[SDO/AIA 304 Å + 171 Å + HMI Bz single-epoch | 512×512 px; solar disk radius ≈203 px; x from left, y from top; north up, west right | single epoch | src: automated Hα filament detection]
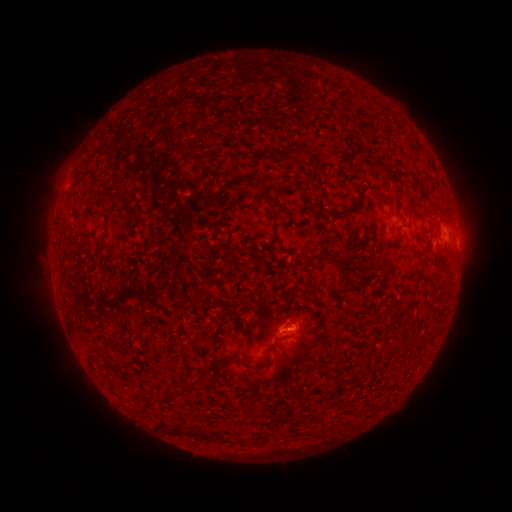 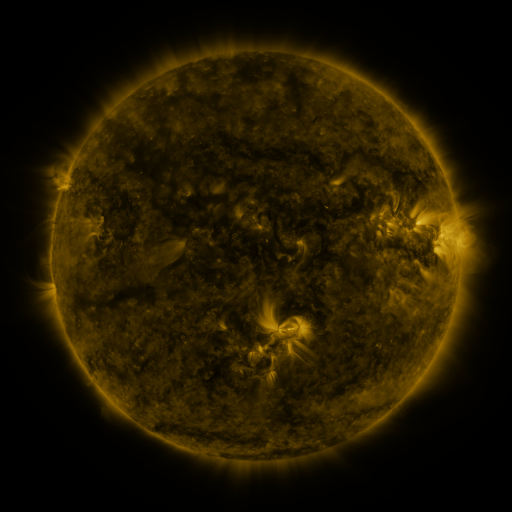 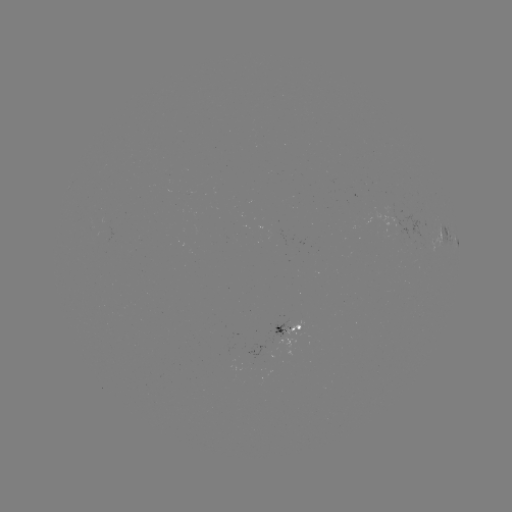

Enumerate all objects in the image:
filament: [260, 148, 268, 157]
filament: [318, 201, 360, 217]
filament: [268, 205, 277, 217]
filament: [125, 211, 135, 225]
filament: [415, 247, 426, 256]
filament: [237, 340, 278, 369]
filament: [178, 373, 205, 395]
filament: [158, 423, 228, 442]
